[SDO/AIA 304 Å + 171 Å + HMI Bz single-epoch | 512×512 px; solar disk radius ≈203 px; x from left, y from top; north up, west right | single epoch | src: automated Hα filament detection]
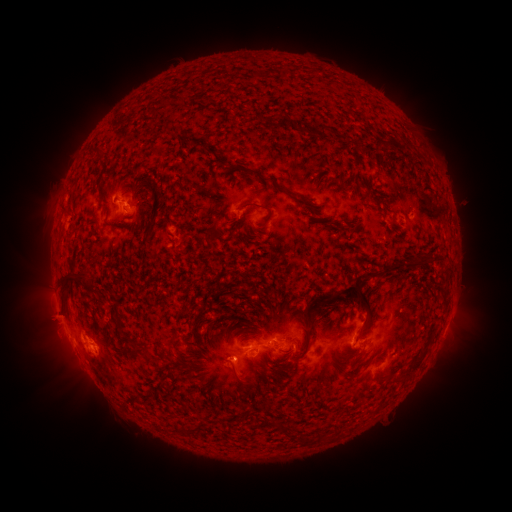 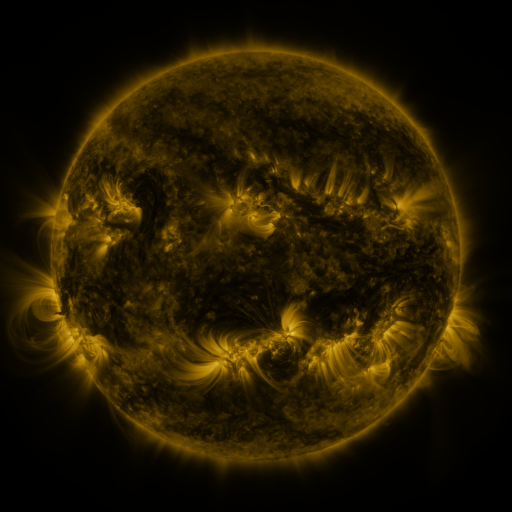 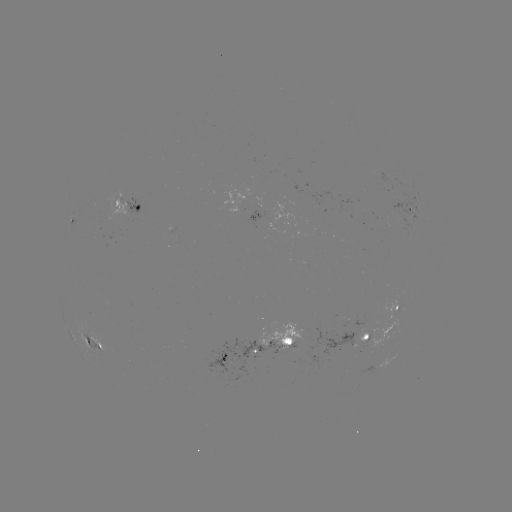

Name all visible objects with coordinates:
filament: [146, 109, 157, 116]
filament: [266, 113, 276, 122]
filament: [316, 122, 327, 138]
filament: [88, 147, 111, 160]
filament: [243, 167, 289, 194]
filament: [236, 201, 272, 232]
filament: [327, 218, 342, 230]
filament: [145, 222, 154, 241]
filament: [73, 226, 85, 235]
filament: [382, 250, 431, 273]
filament: [145, 253, 156, 261]
filament: [60, 272, 97, 302]
filament: [329, 278, 373, 318]
filament: [114, 303, 124, 338]
filament: [303, 328, 313, 354]
filament: [161, 332, 180, 350]
filament: [395, 343, 430, 380]
filament: [283, 346, 293, 353]
filament: [335, 349, 363, 359]
filament: [271, 416, 280, 427]
filament: [277, 420, 293, 437]
filament: [178, 426, 196, 438]
filament: [297, 430, 308, 442]
